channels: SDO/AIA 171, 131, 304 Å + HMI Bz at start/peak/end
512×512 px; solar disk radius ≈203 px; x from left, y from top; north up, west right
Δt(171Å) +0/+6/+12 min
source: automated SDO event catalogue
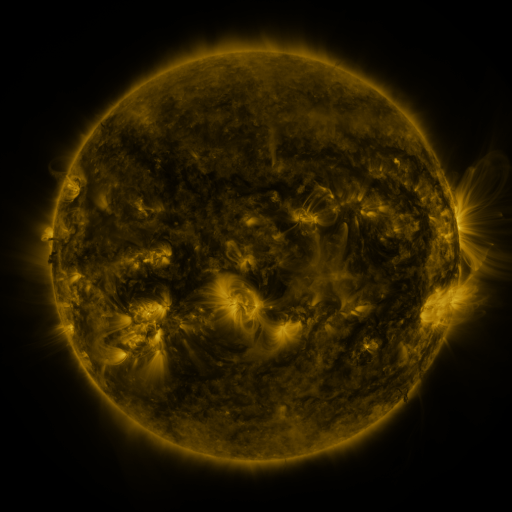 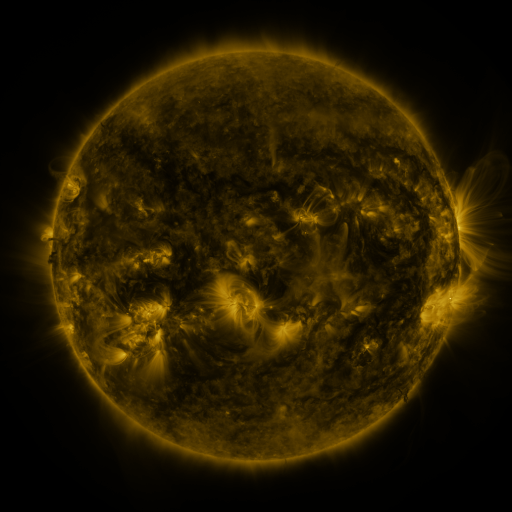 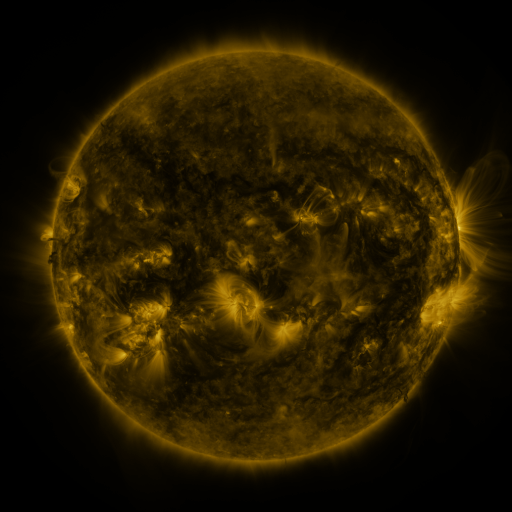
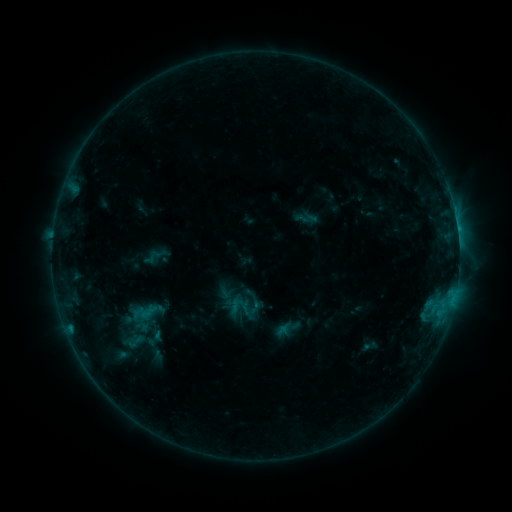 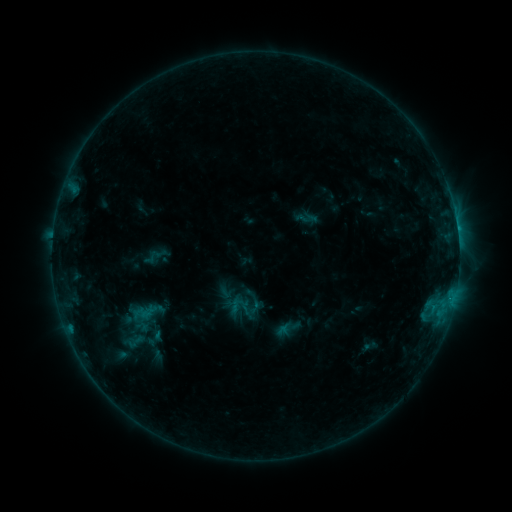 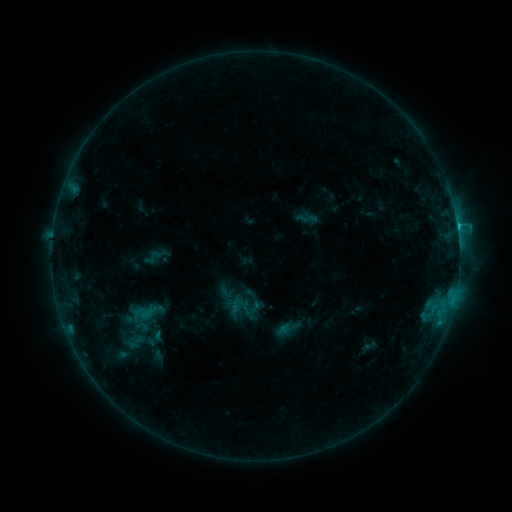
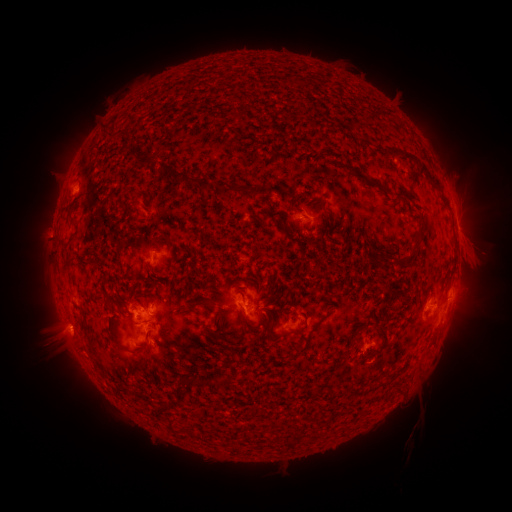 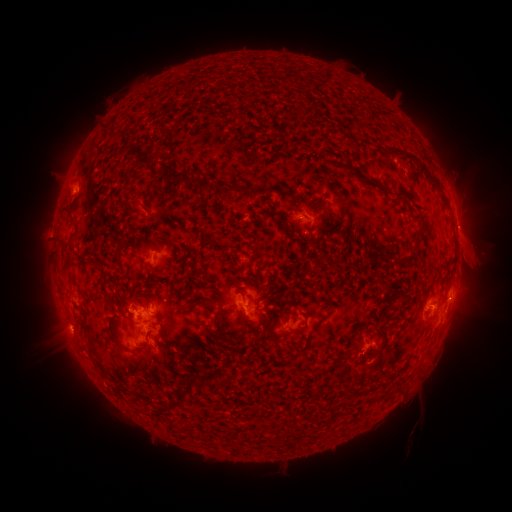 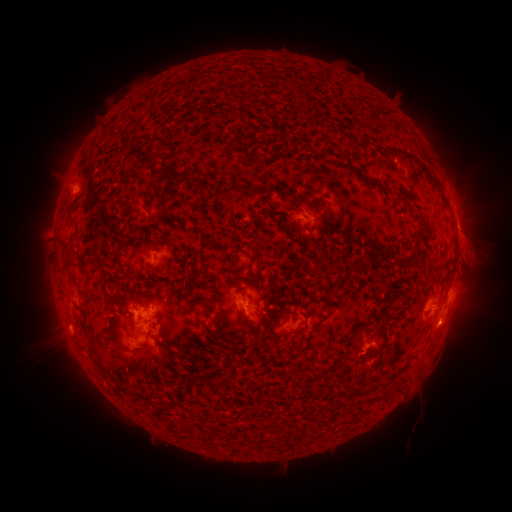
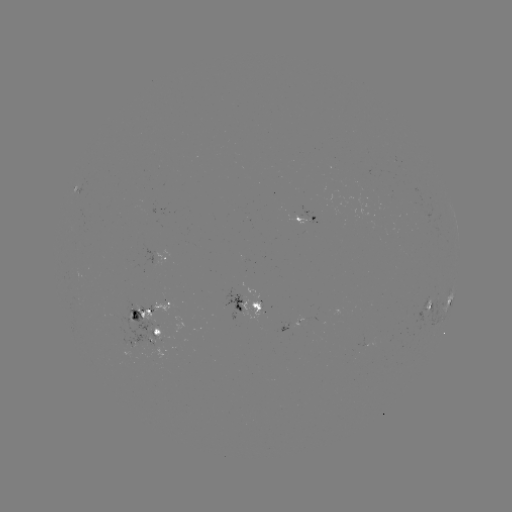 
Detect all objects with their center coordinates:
eruption: (470, 225)
